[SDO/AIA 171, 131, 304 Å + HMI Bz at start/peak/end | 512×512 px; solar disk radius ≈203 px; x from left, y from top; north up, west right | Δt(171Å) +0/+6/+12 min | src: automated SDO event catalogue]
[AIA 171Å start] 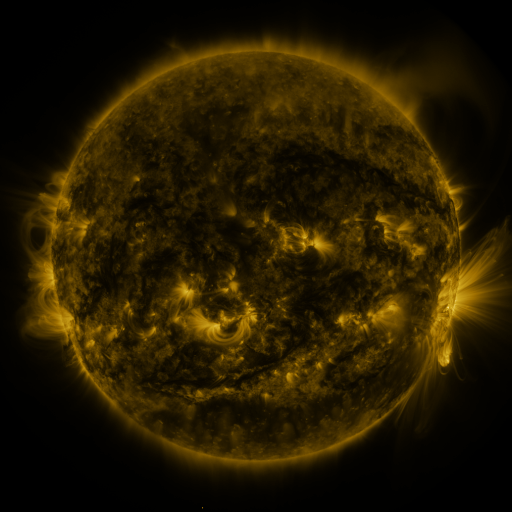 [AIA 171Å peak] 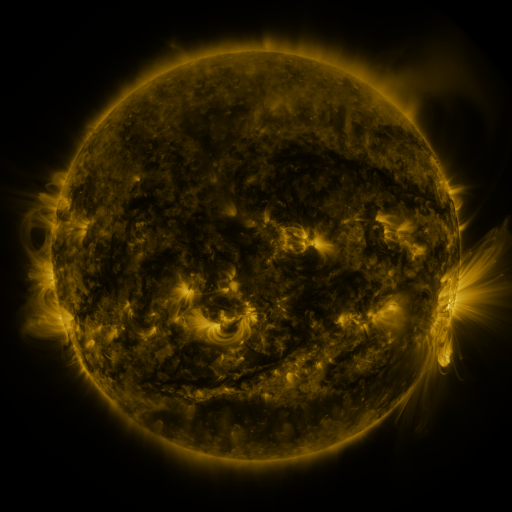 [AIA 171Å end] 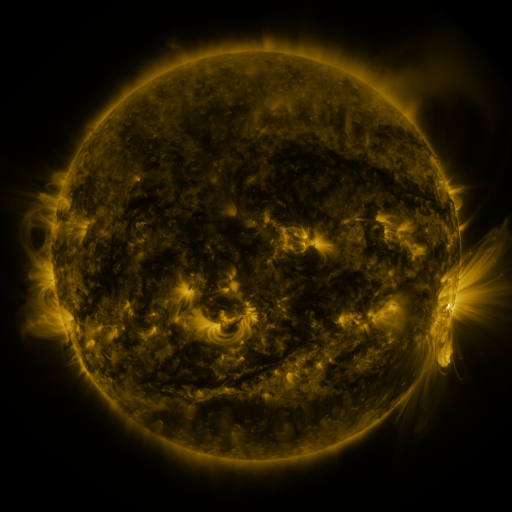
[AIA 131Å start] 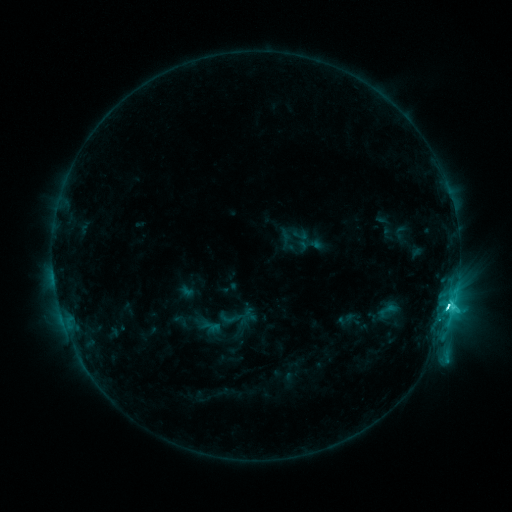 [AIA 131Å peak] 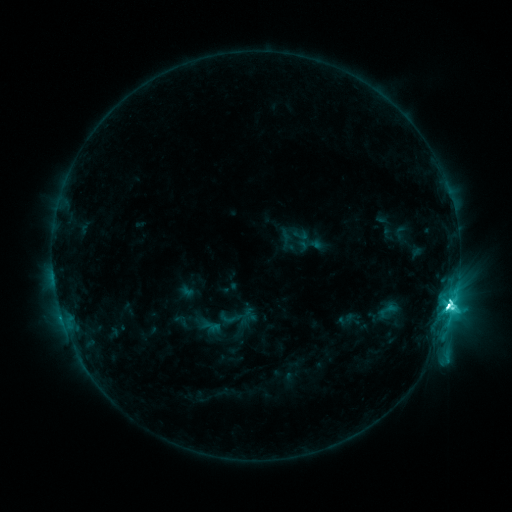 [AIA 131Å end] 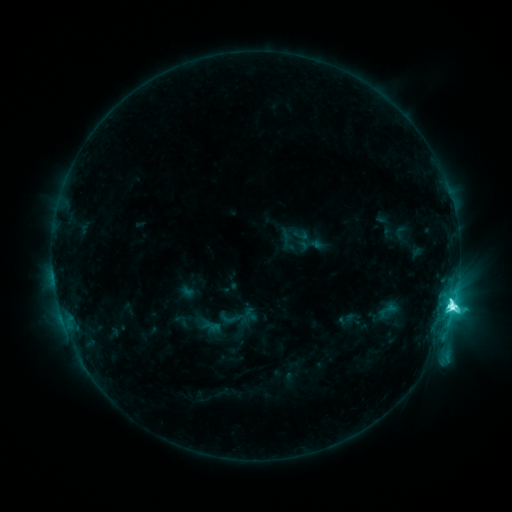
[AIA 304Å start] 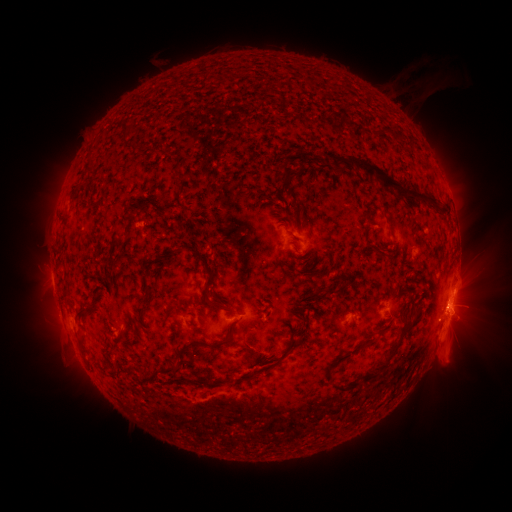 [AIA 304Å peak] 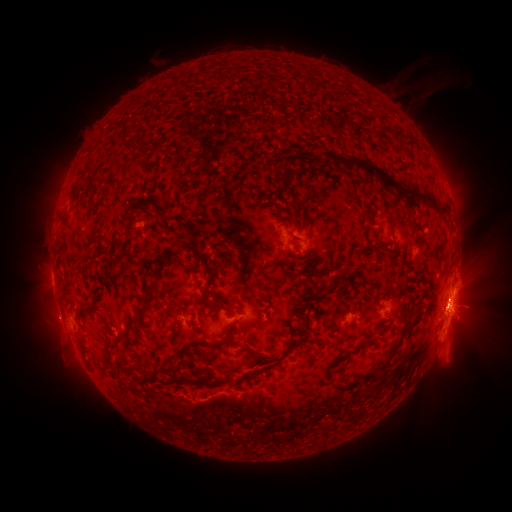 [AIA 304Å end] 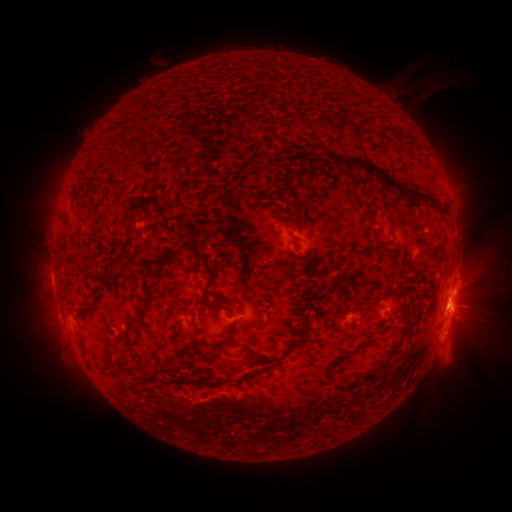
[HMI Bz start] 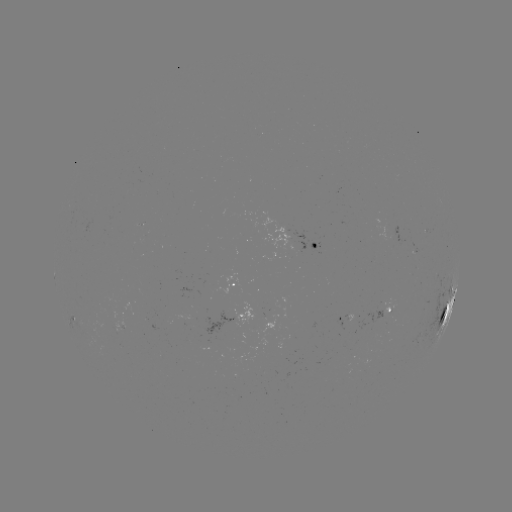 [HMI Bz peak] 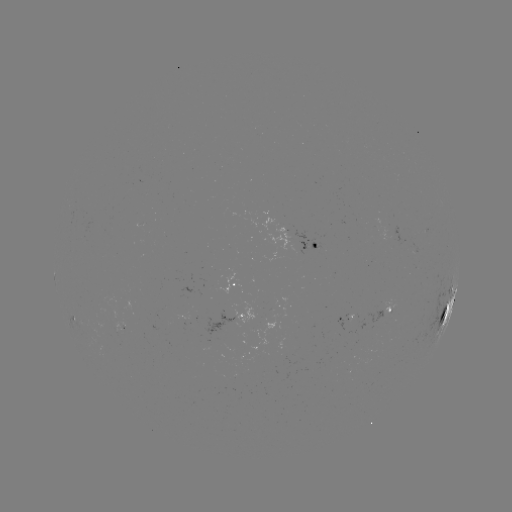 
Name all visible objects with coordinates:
M1.4 flare: (449, 304)
